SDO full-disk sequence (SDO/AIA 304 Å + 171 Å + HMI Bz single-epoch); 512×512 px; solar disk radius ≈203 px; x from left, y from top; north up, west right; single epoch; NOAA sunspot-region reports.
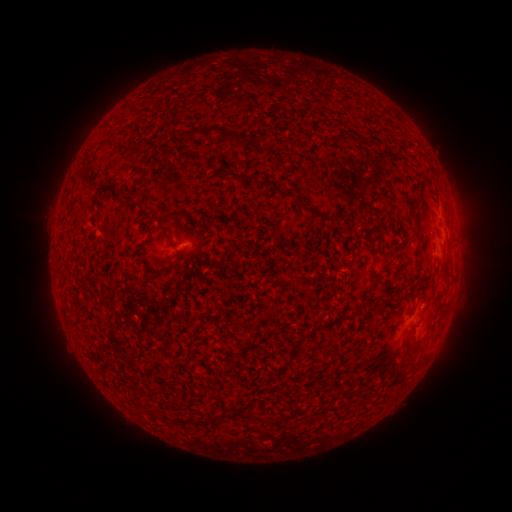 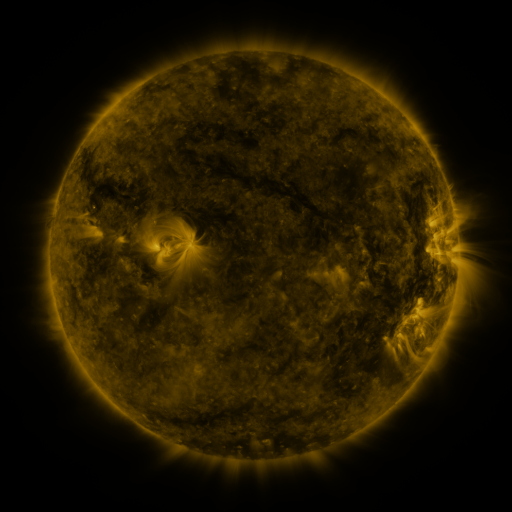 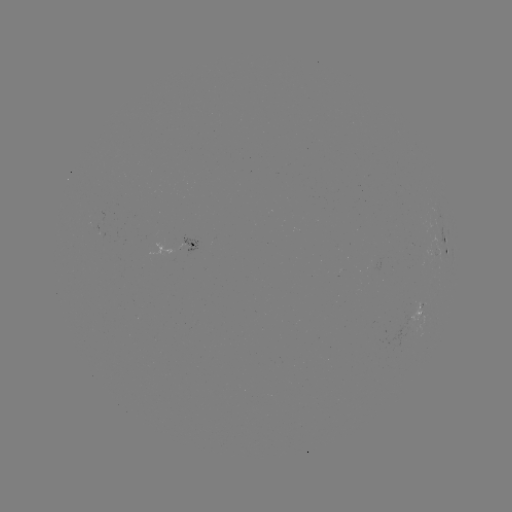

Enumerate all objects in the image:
spotted active region: (447, 242)
spotted active region: (187, 246)
spotted active region: (421, 311)
